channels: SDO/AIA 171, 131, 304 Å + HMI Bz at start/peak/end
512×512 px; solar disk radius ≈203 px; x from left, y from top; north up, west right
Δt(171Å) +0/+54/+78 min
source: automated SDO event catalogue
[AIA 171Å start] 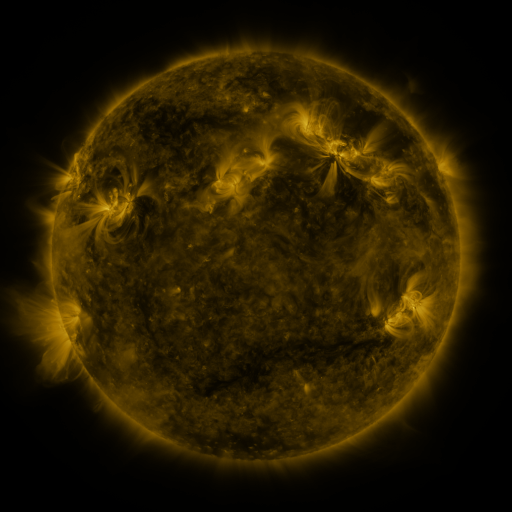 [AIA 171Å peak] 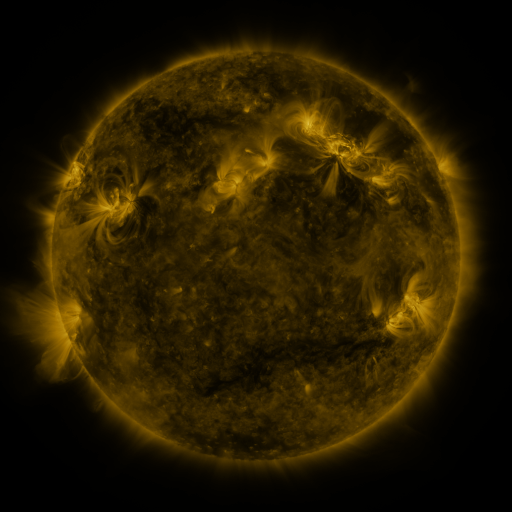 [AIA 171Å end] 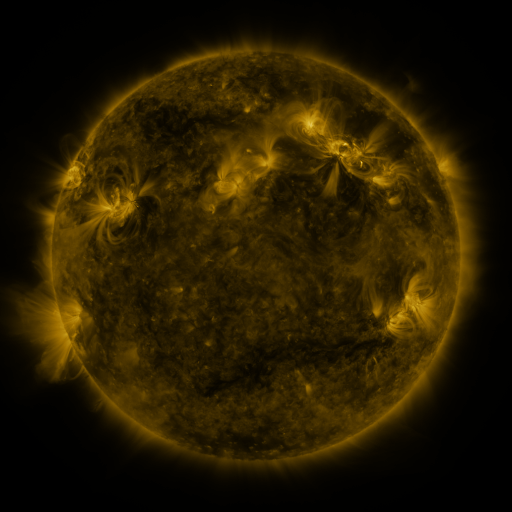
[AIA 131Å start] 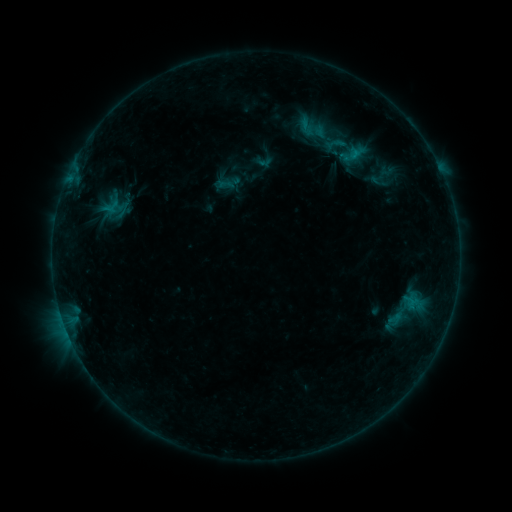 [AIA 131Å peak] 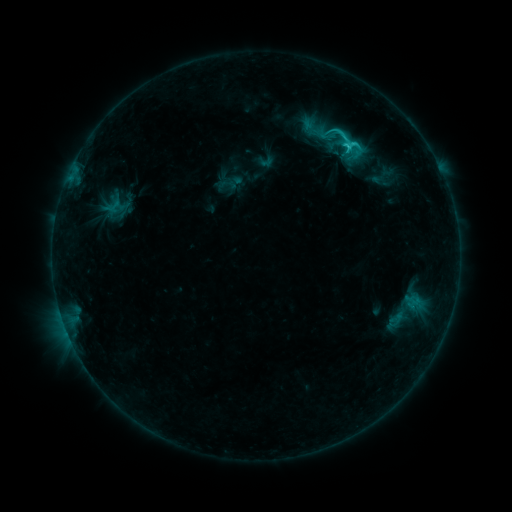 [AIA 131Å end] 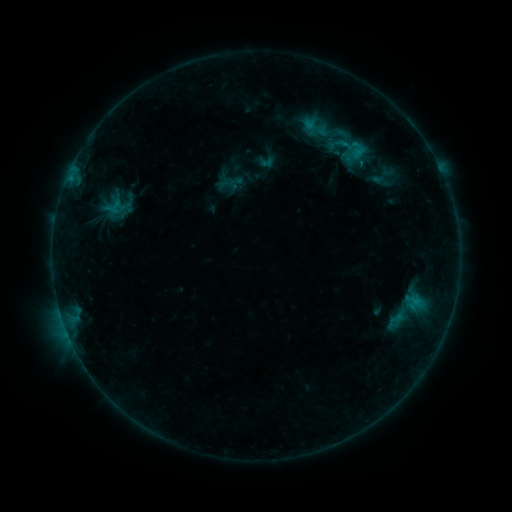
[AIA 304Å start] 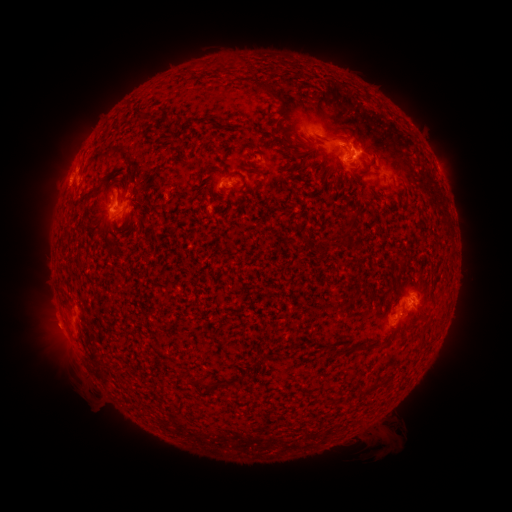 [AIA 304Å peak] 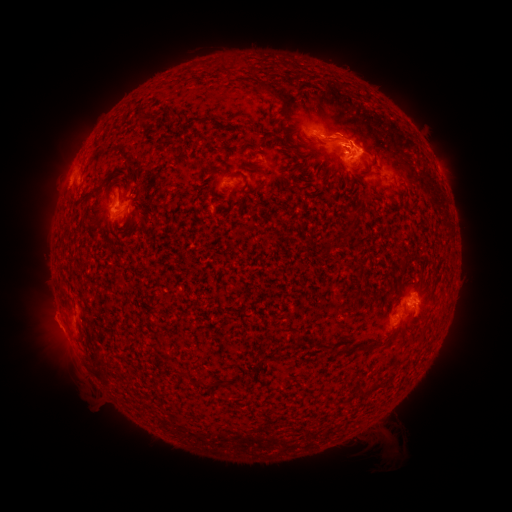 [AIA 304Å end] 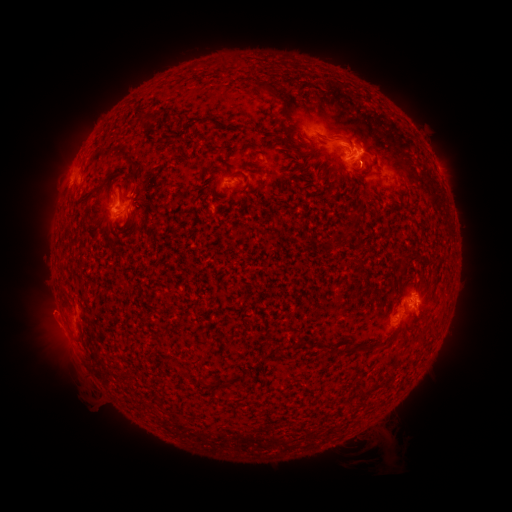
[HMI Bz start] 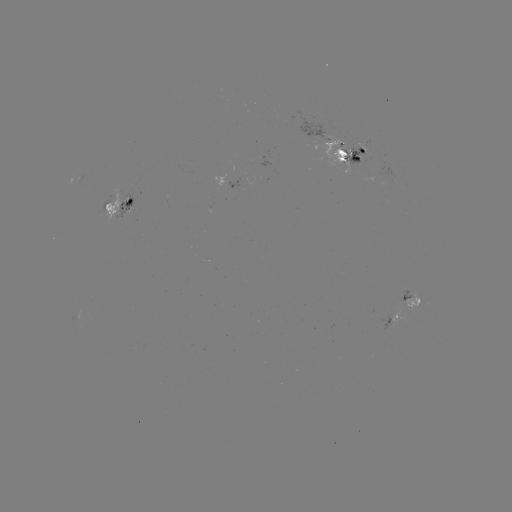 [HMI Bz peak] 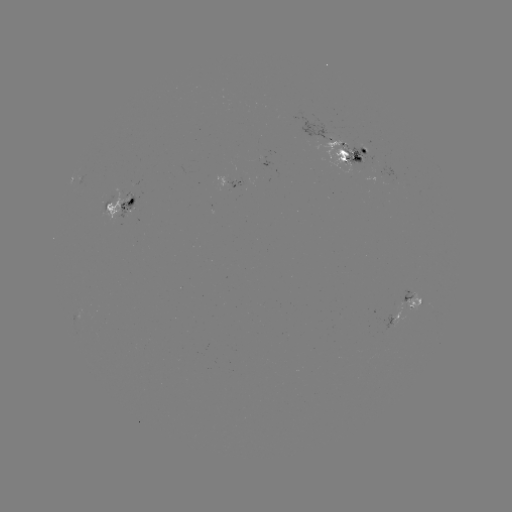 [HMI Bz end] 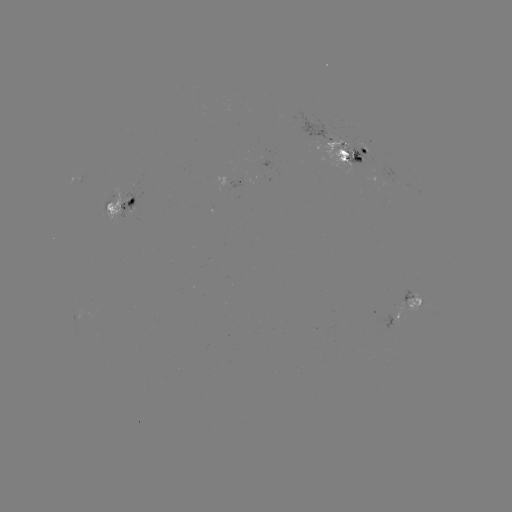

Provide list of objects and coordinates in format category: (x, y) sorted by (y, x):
C2.9 flare: (74, 171)
